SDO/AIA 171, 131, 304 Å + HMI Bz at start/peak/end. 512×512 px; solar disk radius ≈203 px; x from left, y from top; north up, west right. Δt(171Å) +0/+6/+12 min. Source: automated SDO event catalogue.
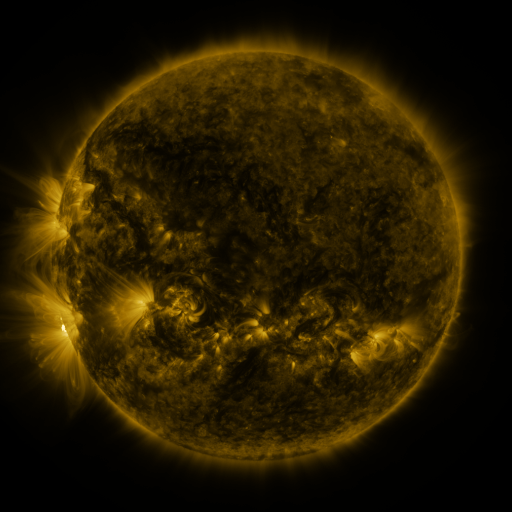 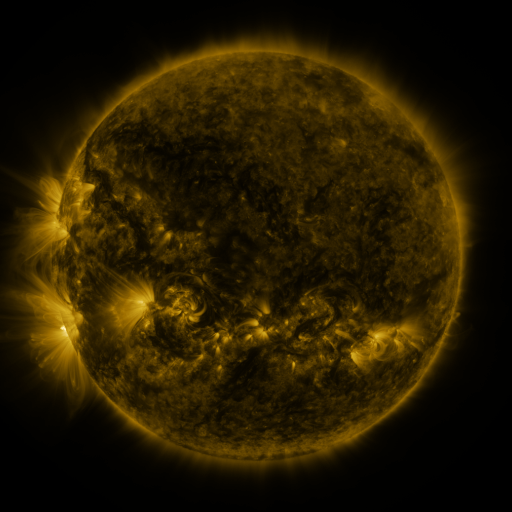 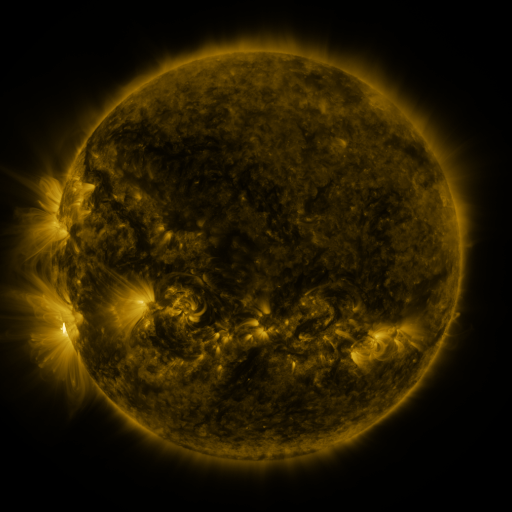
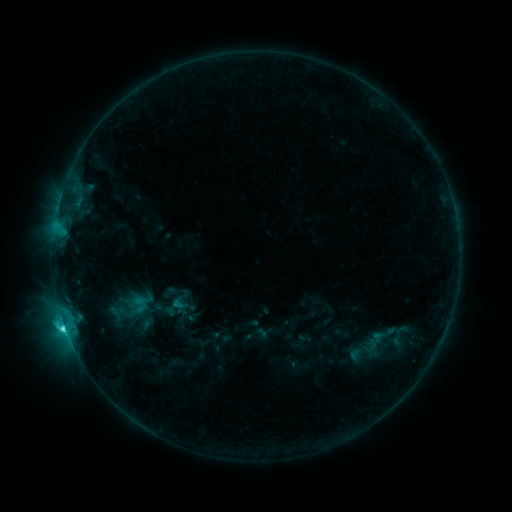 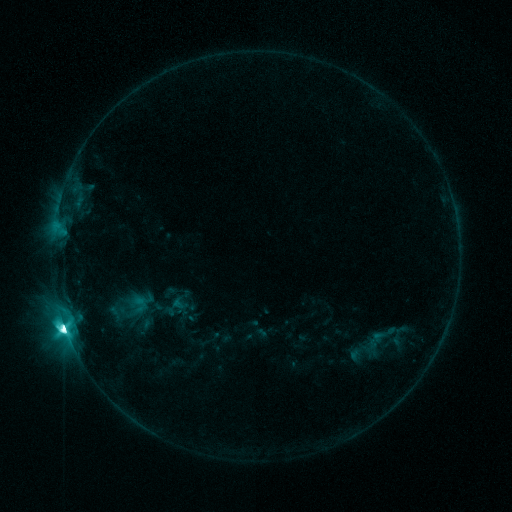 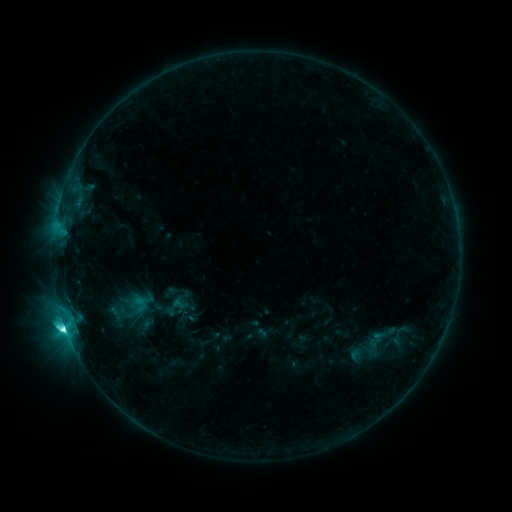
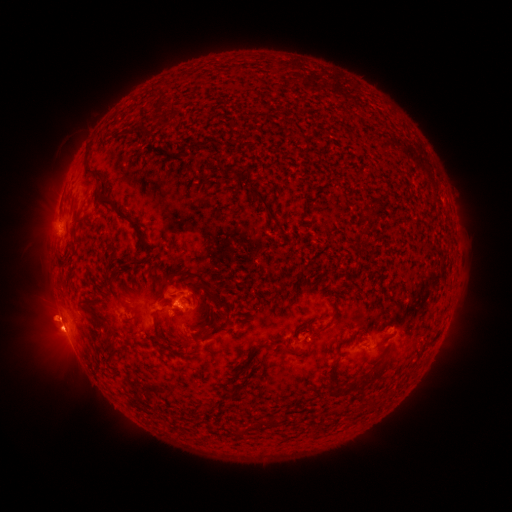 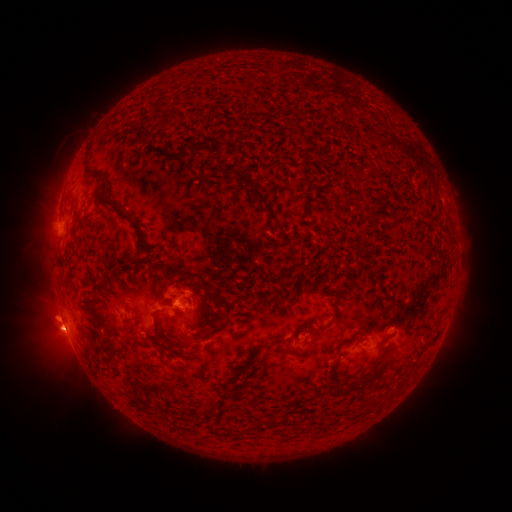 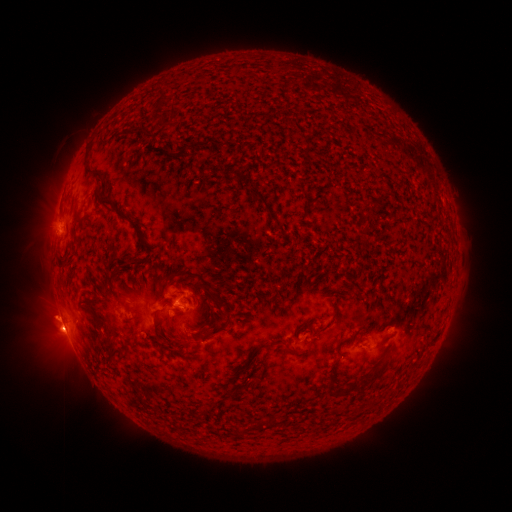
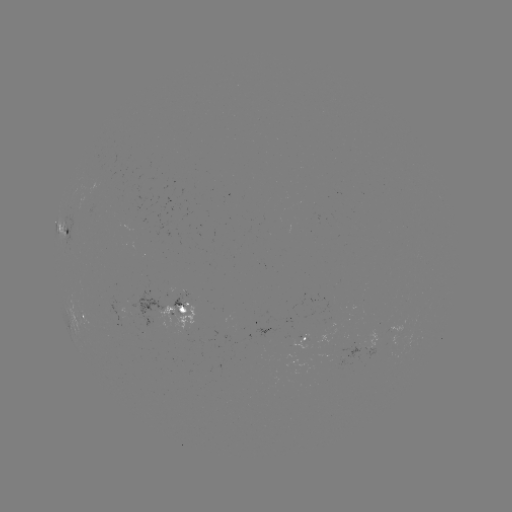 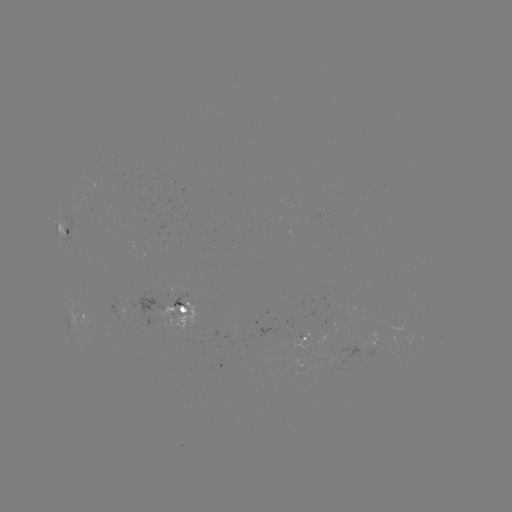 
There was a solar flare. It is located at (249, 459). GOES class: M1.5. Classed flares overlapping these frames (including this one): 1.